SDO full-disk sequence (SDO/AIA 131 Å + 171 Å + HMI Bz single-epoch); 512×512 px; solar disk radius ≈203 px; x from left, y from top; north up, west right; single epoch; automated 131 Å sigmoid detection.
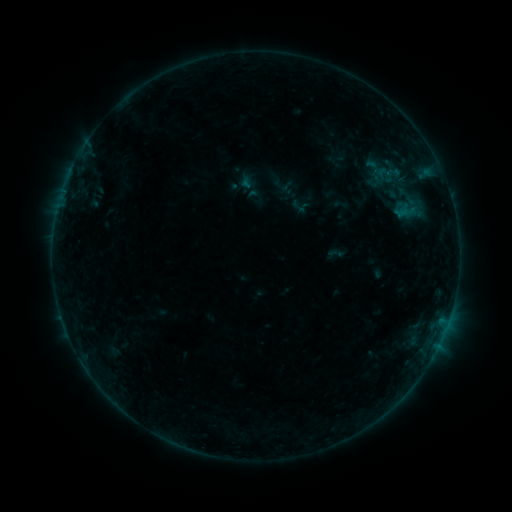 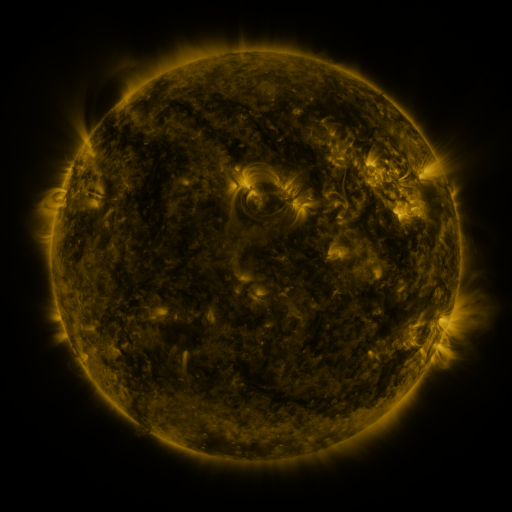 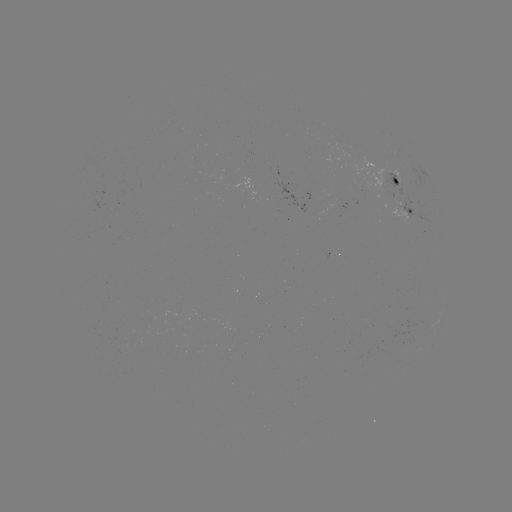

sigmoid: [388, 191, 427, 230]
